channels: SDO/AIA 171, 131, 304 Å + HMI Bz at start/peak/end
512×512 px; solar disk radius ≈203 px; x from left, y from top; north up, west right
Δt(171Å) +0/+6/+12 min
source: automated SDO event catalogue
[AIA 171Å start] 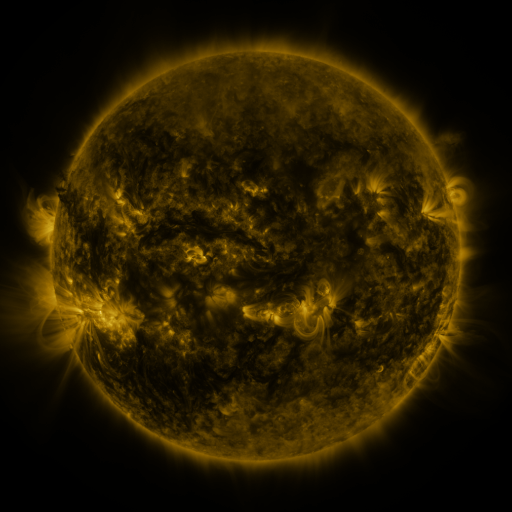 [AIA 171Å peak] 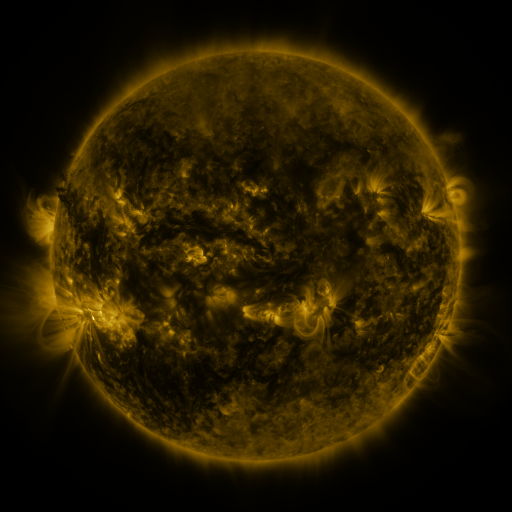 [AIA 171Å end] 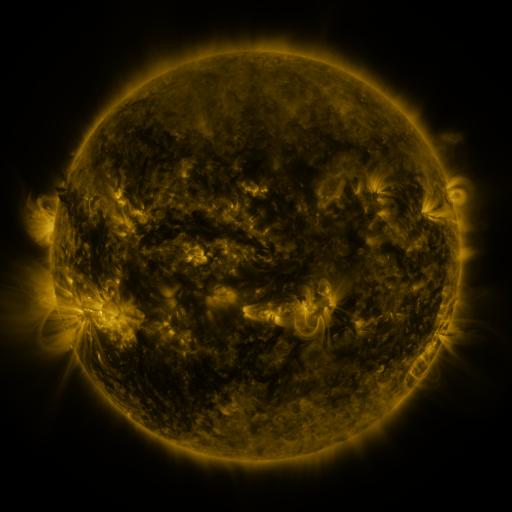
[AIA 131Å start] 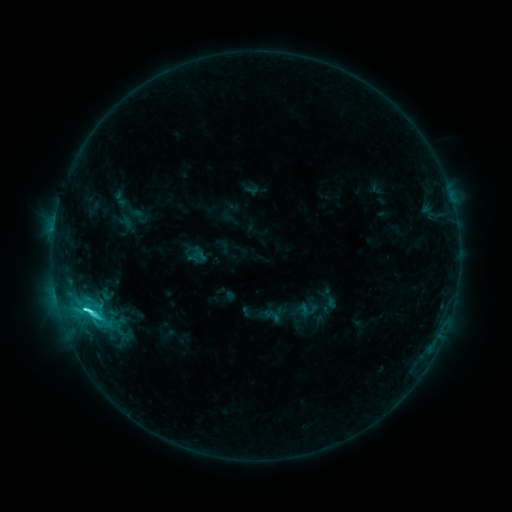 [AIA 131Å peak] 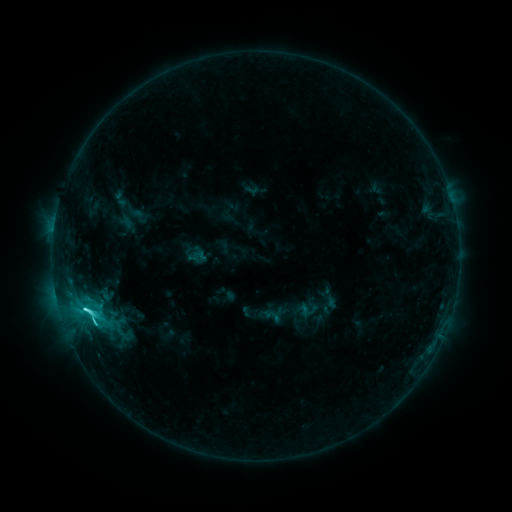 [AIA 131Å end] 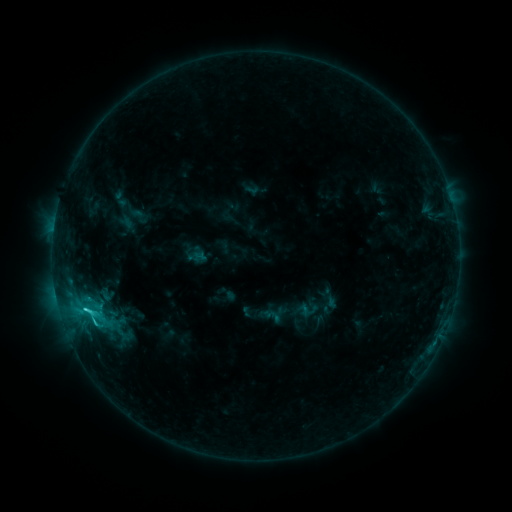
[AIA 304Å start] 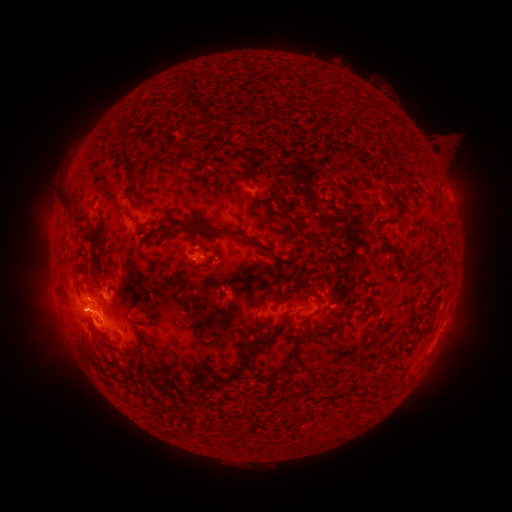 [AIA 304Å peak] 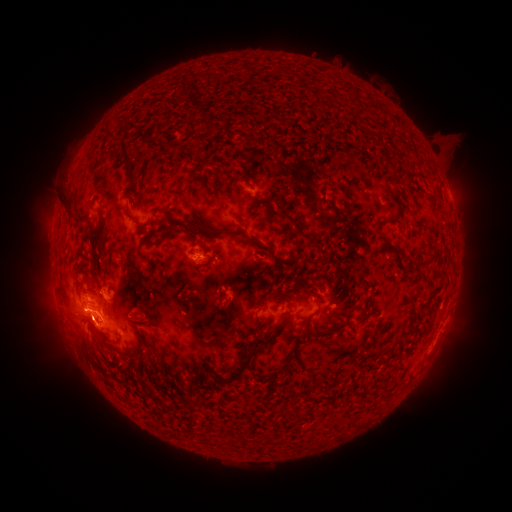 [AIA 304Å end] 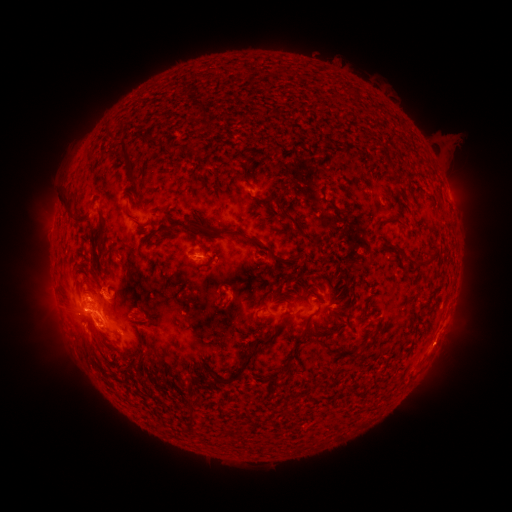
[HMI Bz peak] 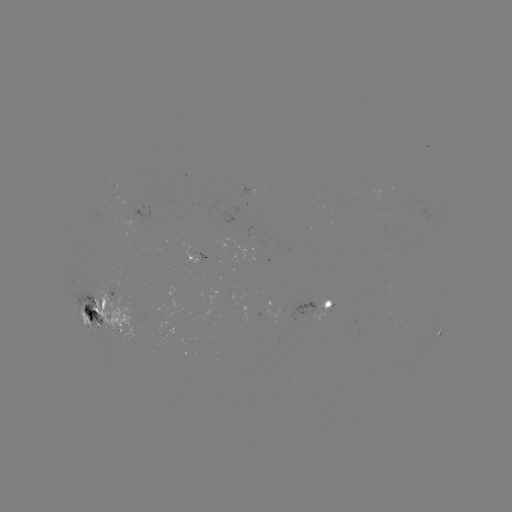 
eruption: <bbox>69, 306, 114, 355</bbox>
